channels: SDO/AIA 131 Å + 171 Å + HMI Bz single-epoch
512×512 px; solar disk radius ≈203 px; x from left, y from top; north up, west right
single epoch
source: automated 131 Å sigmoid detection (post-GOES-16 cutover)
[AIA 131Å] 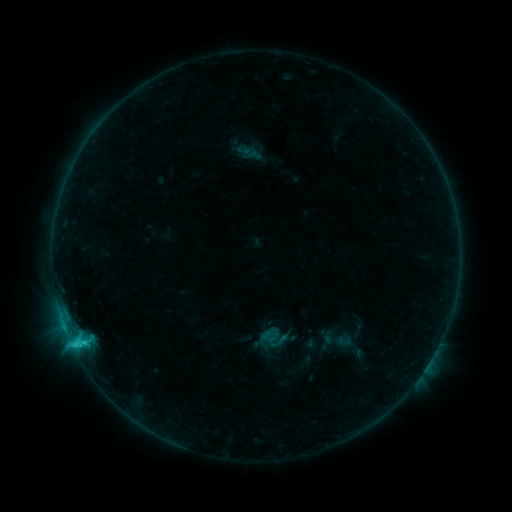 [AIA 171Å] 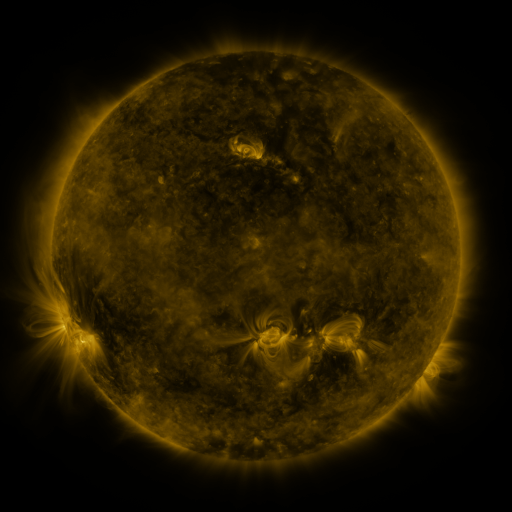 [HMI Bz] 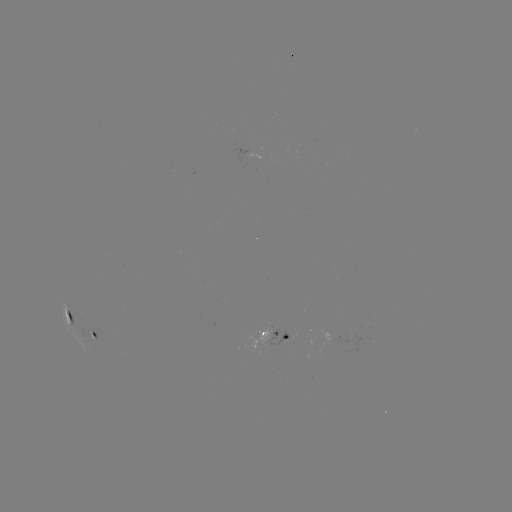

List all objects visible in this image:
sigmoid: (269, 331, 289, 351)
